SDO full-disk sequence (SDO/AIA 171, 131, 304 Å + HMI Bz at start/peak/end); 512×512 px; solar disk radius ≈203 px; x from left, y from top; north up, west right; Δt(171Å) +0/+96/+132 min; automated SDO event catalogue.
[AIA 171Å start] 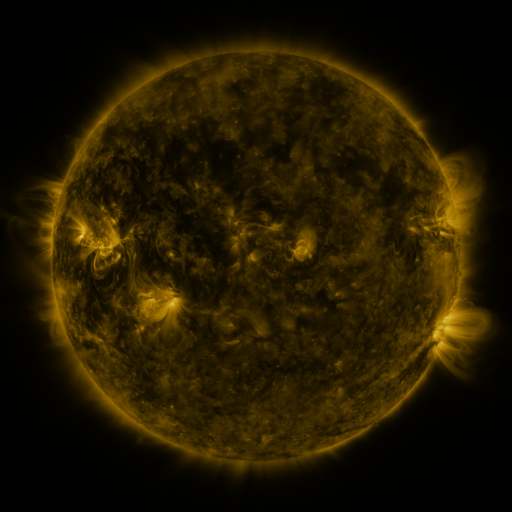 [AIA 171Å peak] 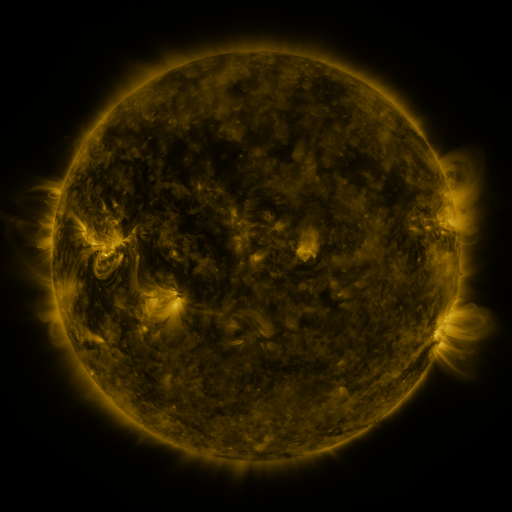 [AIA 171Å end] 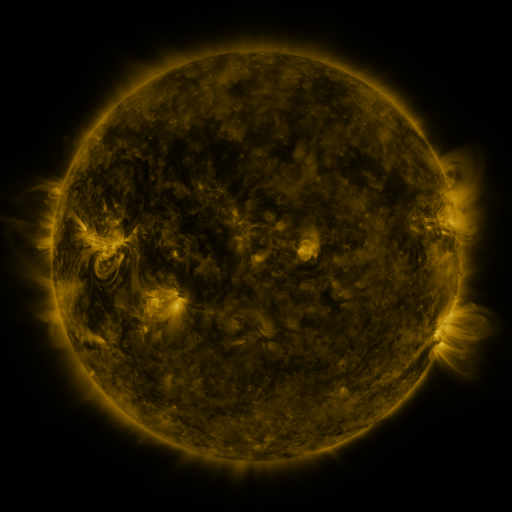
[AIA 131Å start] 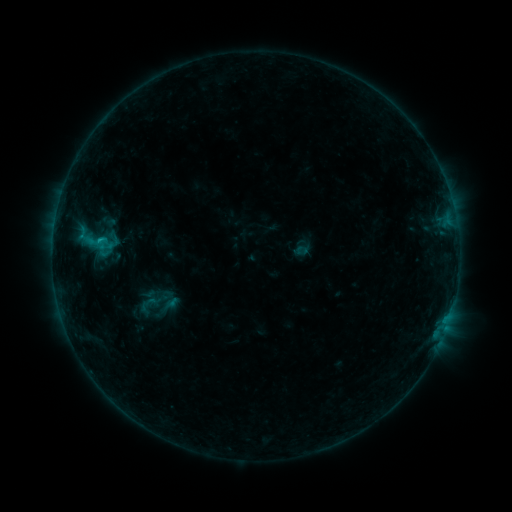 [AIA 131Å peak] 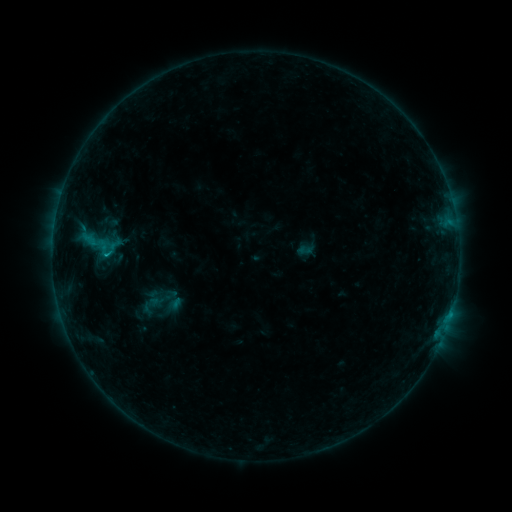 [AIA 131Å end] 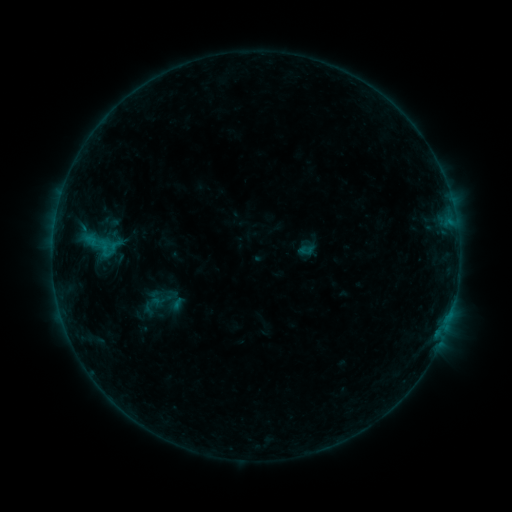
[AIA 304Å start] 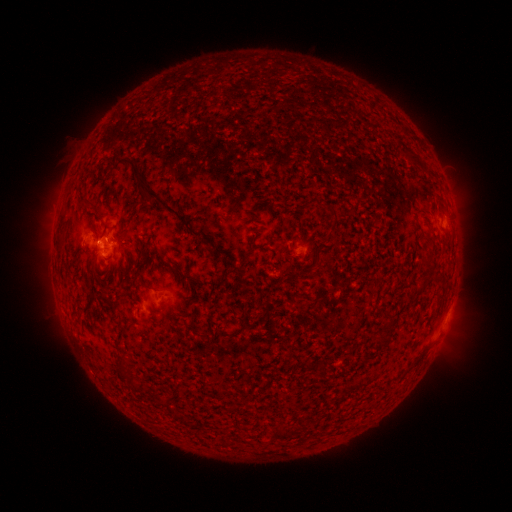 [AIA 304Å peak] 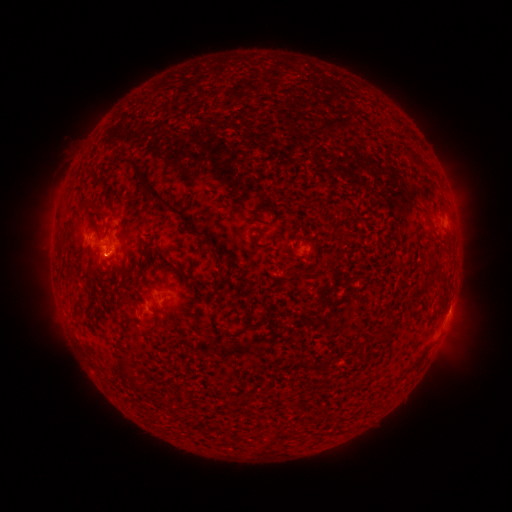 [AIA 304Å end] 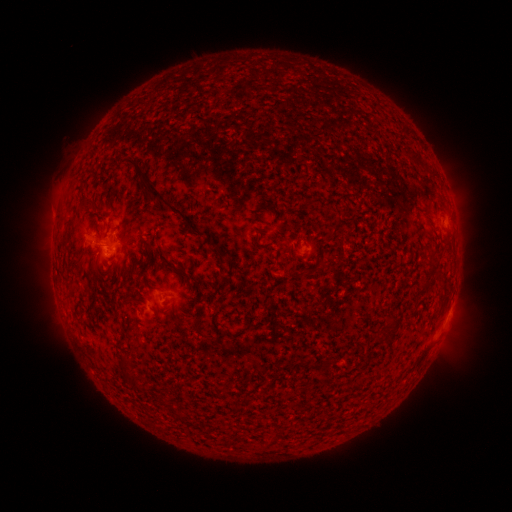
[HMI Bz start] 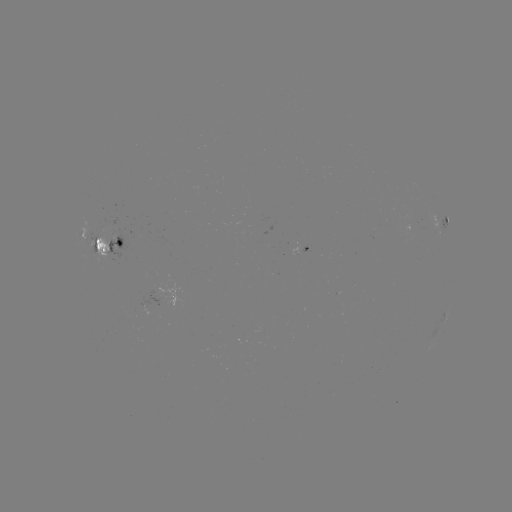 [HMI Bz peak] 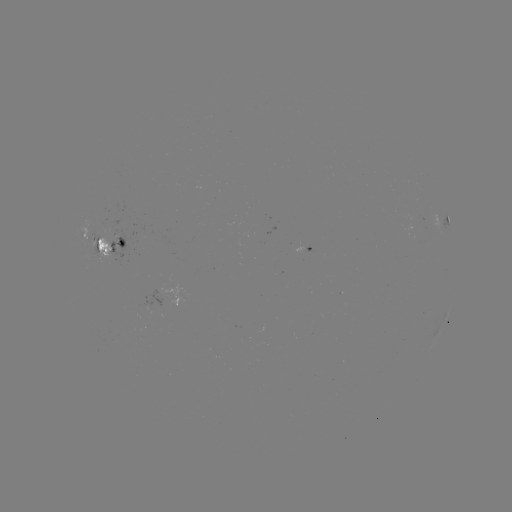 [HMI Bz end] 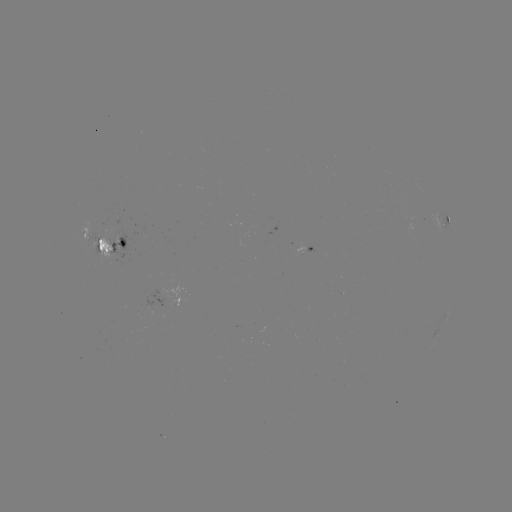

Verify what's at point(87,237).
emerging-flux region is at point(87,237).